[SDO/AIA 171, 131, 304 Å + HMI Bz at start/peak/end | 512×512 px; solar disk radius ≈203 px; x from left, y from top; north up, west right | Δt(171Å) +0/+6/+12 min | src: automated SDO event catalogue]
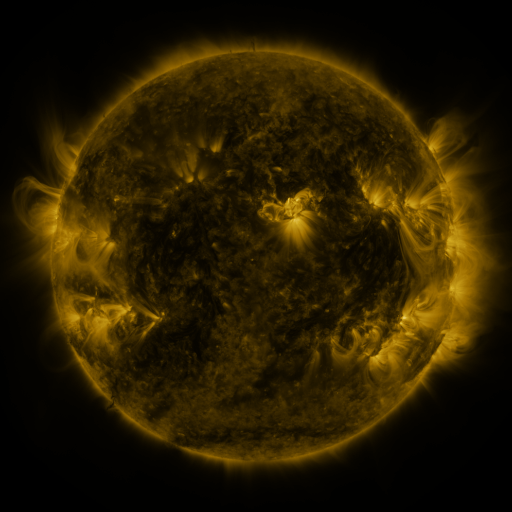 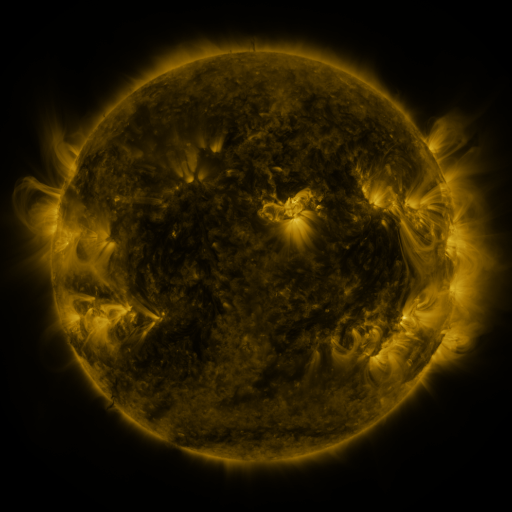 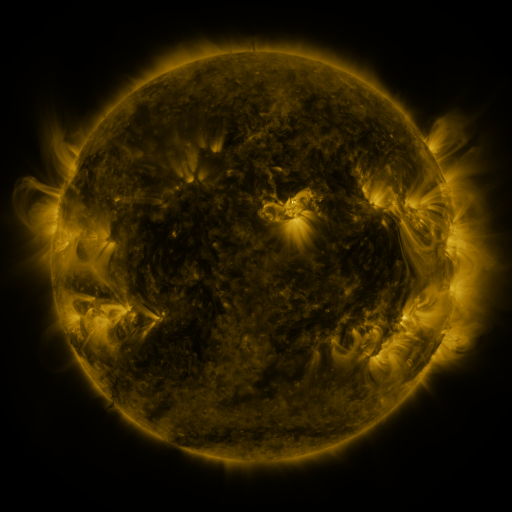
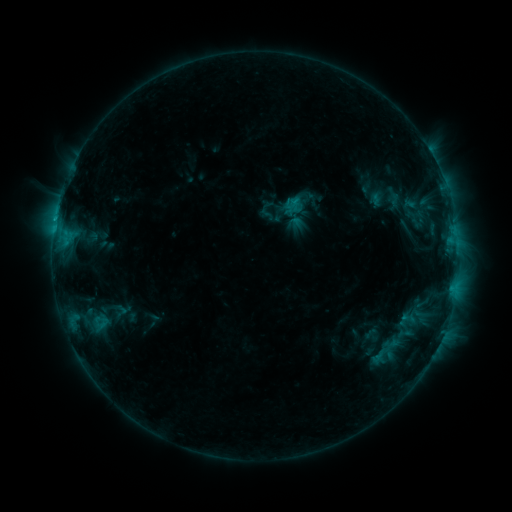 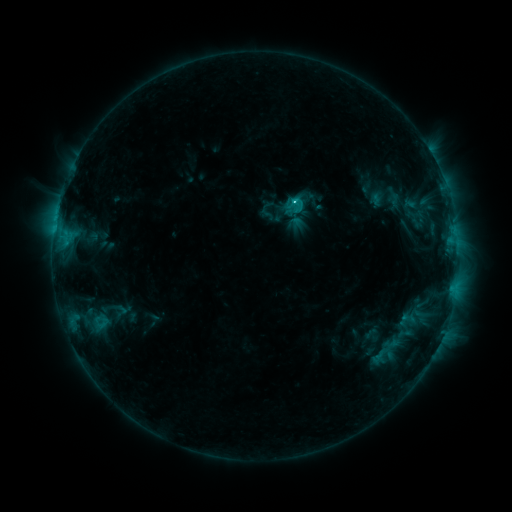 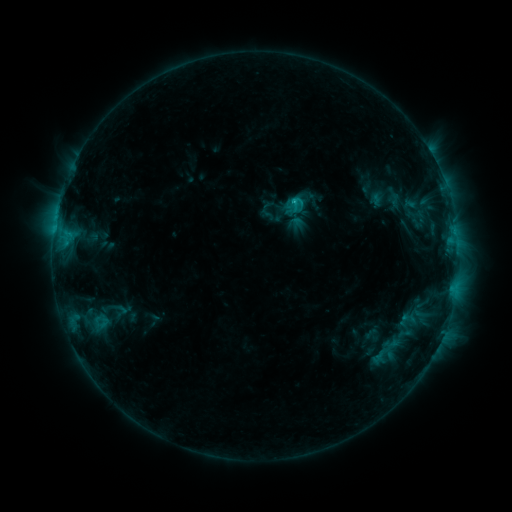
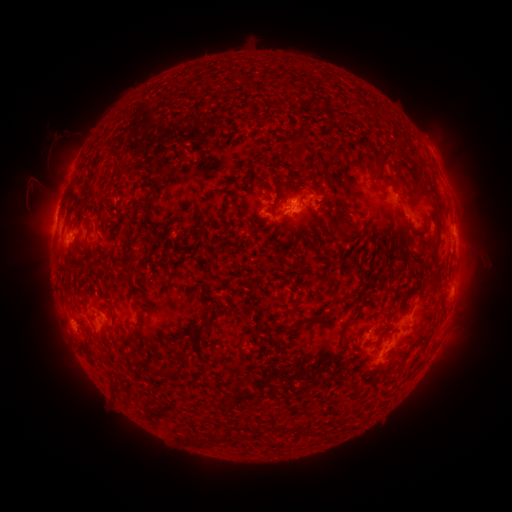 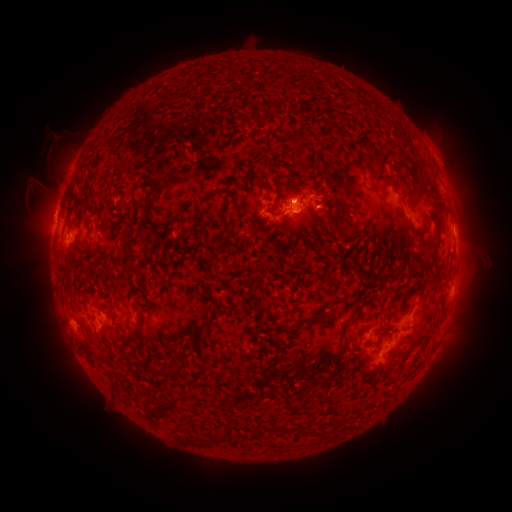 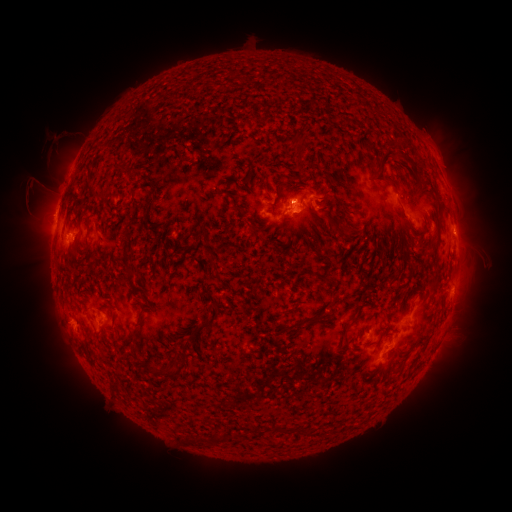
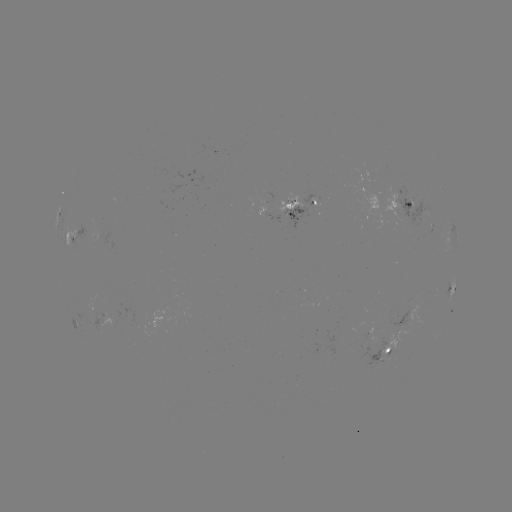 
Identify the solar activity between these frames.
C1.3 flare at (293, 203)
